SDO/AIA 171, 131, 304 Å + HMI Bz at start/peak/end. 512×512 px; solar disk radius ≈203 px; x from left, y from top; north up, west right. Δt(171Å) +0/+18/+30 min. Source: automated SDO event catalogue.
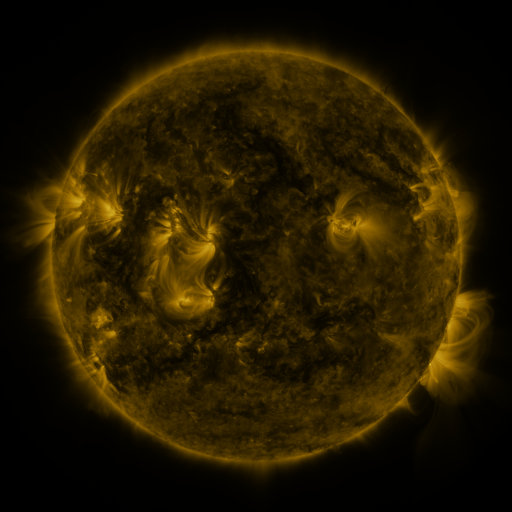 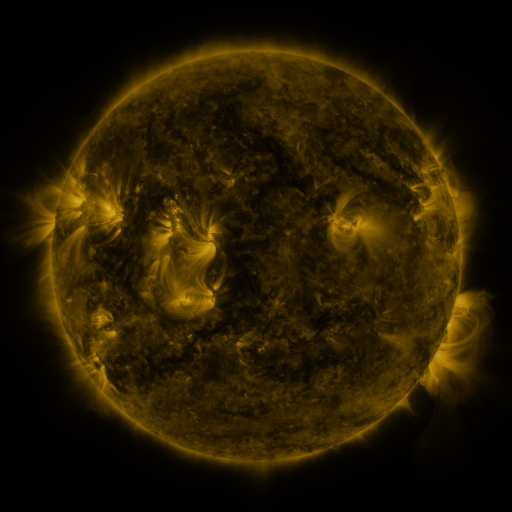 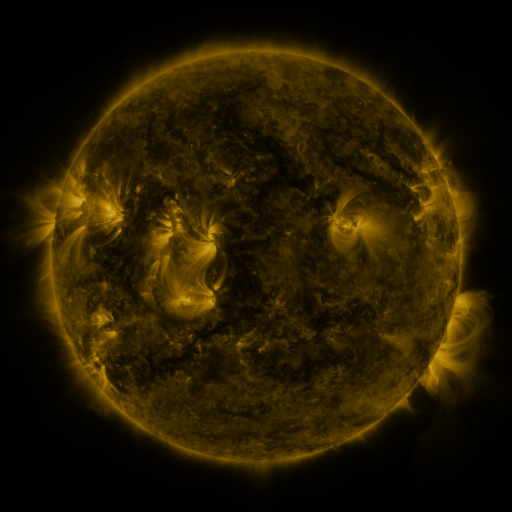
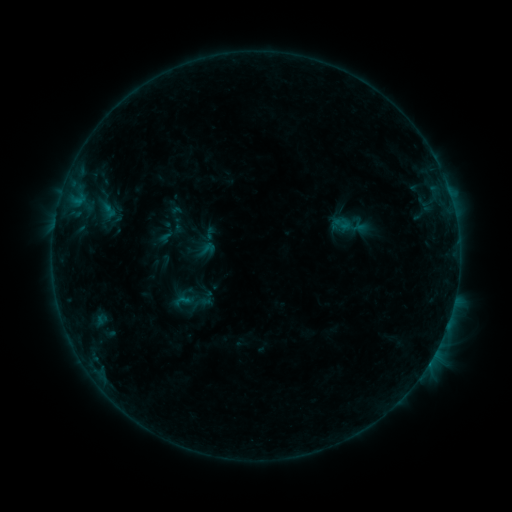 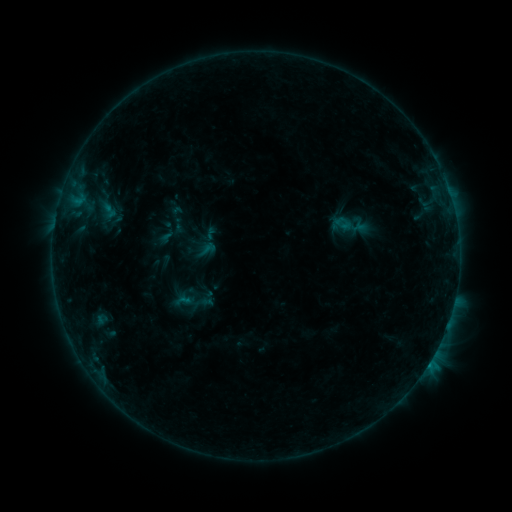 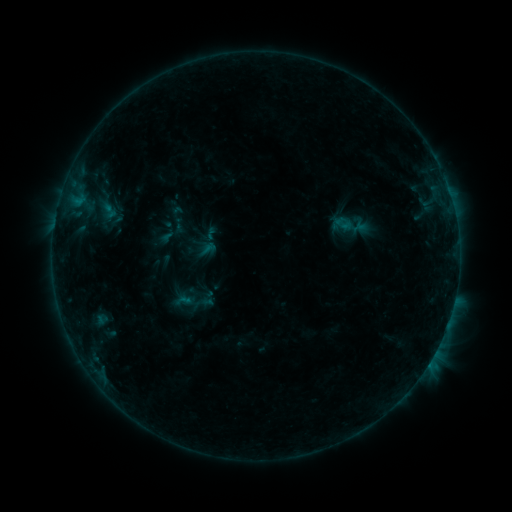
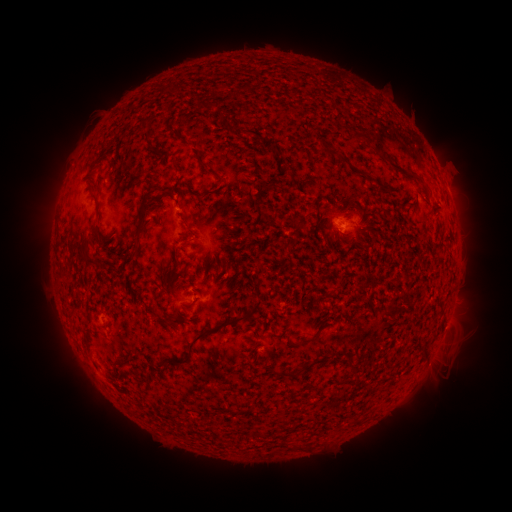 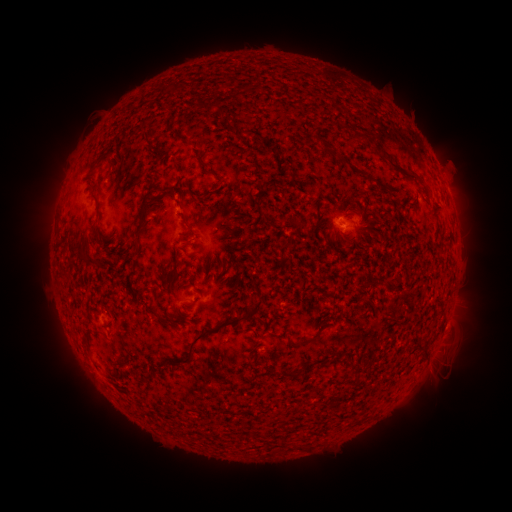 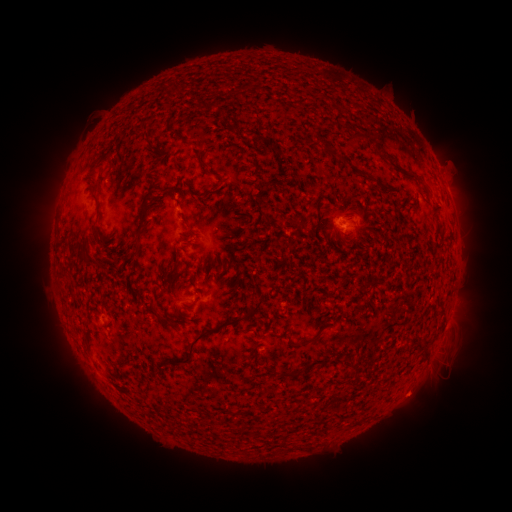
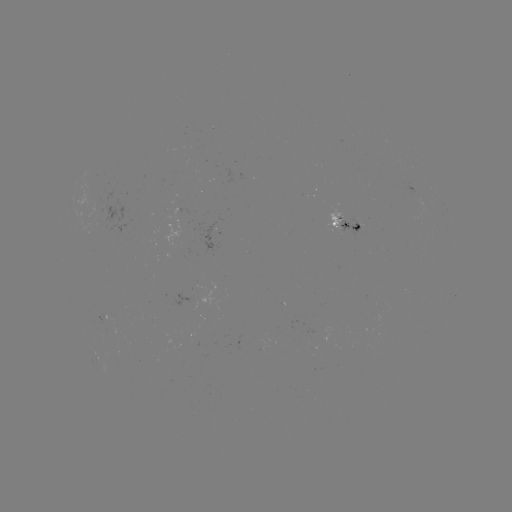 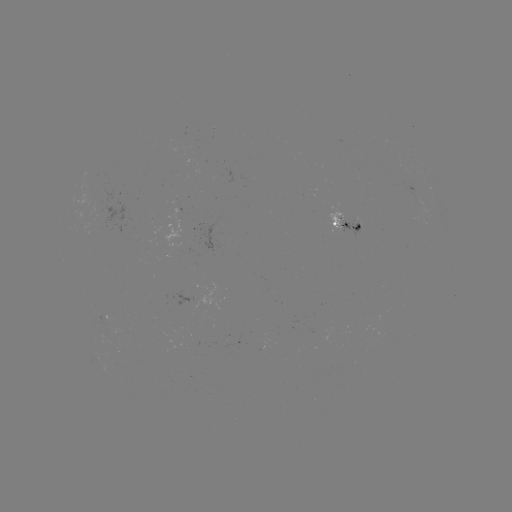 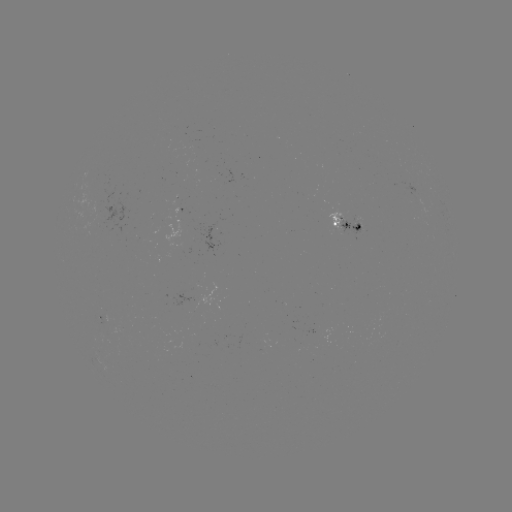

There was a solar flare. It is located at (428, 363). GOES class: B5.1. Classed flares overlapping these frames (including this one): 1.